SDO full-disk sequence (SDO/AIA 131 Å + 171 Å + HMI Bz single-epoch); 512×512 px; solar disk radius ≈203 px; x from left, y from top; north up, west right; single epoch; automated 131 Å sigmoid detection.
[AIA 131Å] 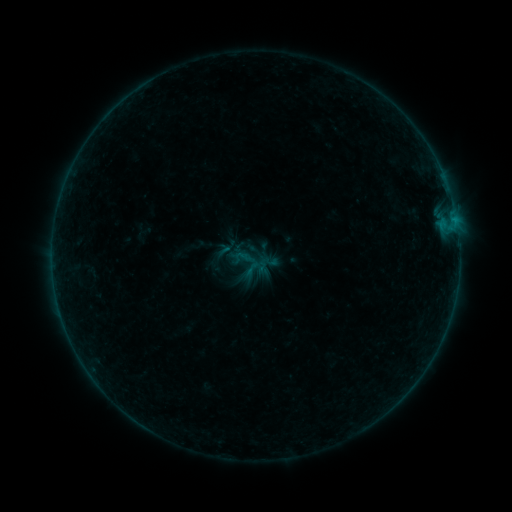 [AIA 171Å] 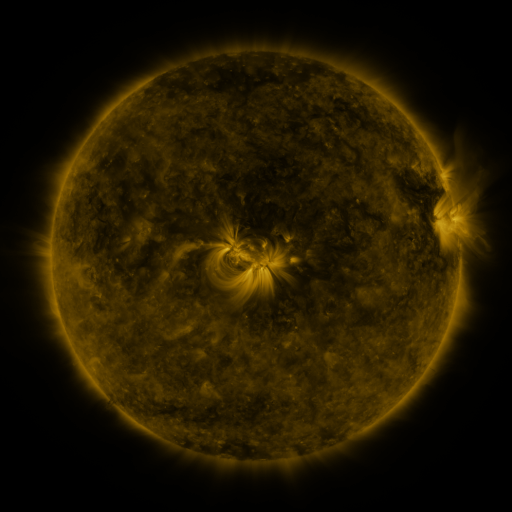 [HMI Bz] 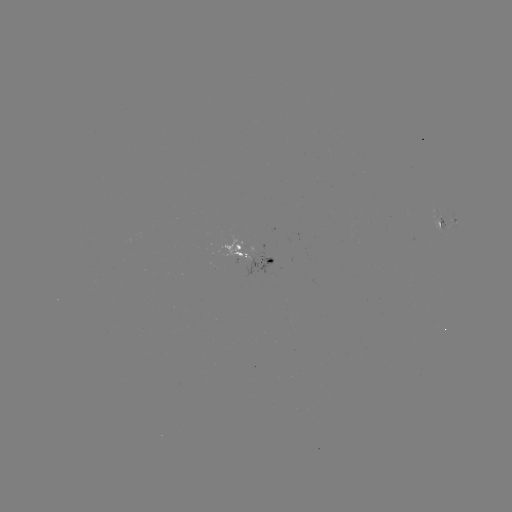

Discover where sigmoid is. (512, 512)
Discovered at (252, 269).